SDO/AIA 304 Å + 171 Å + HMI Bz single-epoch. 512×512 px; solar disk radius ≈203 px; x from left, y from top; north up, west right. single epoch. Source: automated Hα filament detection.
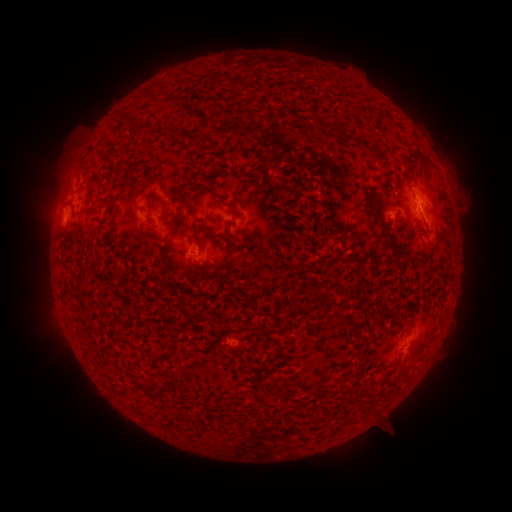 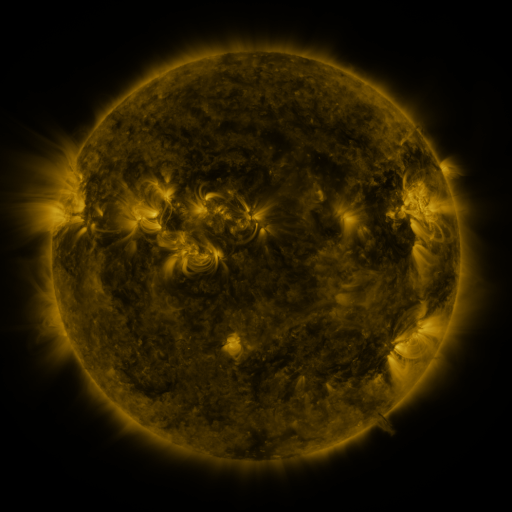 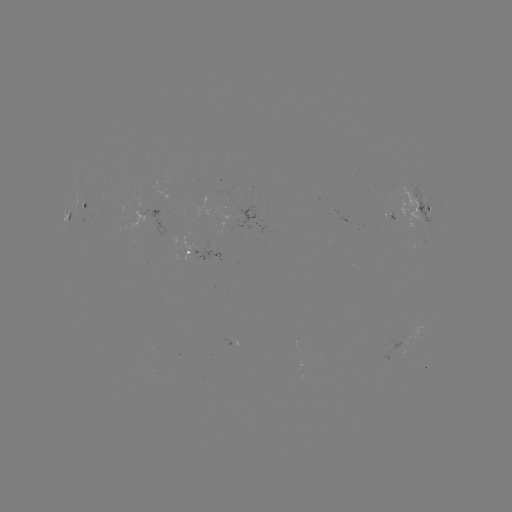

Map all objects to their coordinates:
filament: <bbox>370, 146, 390, 165</bbox>
filament: <bbox>404, 154, 413, 170</bbox>
filament: <bbox>365, 191, 398, 250</bbox>
filament: <bbox>154, 194, 166, 207</bbox>
filament: <bbox>192, 223, 216, 238</bbox>
filament: <bbox>226, 231, 236, 242</bbox>
filament: <bbox>143, 235, 156, 245</bbox>
filament: <bbox>194, 239, 203, 253</bbox>
filament: <bbox>172, 335, 186, 343</bbox>
